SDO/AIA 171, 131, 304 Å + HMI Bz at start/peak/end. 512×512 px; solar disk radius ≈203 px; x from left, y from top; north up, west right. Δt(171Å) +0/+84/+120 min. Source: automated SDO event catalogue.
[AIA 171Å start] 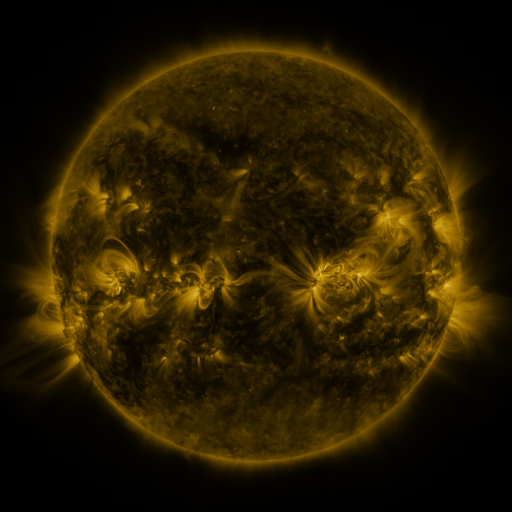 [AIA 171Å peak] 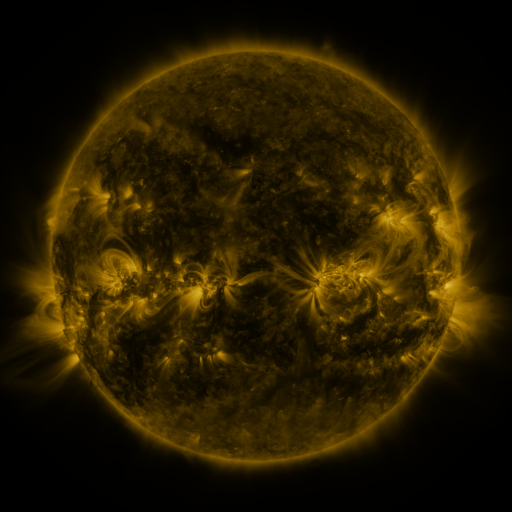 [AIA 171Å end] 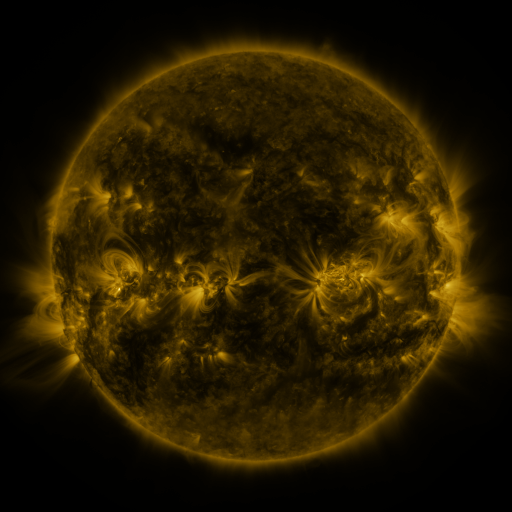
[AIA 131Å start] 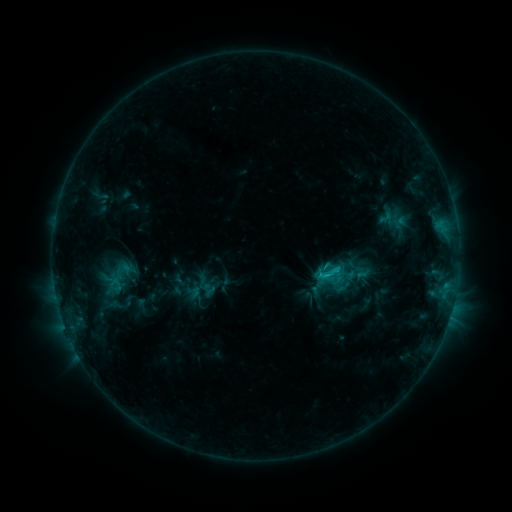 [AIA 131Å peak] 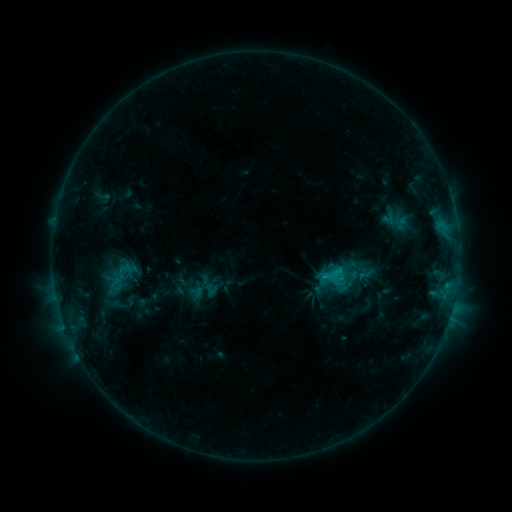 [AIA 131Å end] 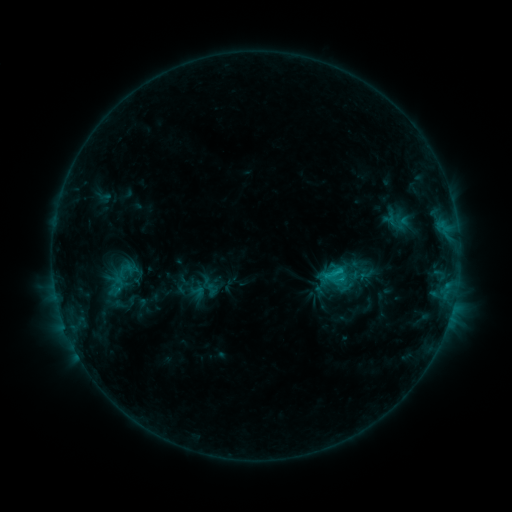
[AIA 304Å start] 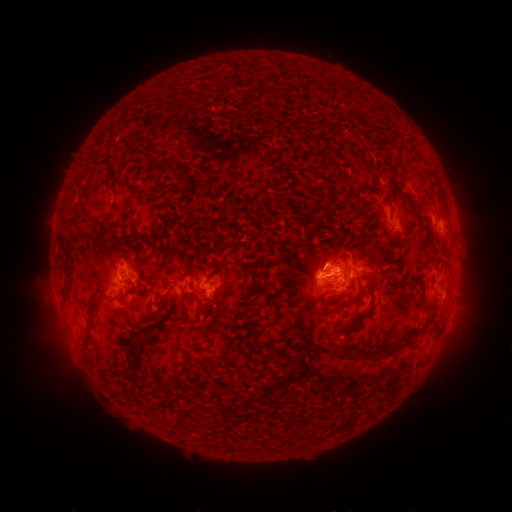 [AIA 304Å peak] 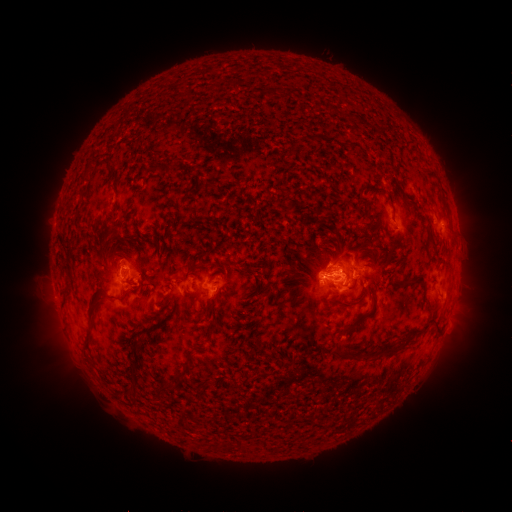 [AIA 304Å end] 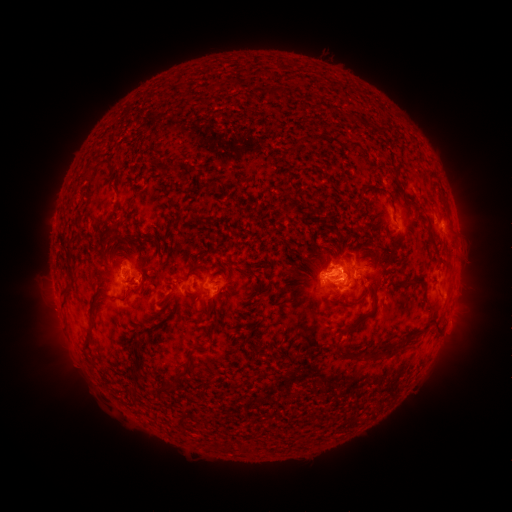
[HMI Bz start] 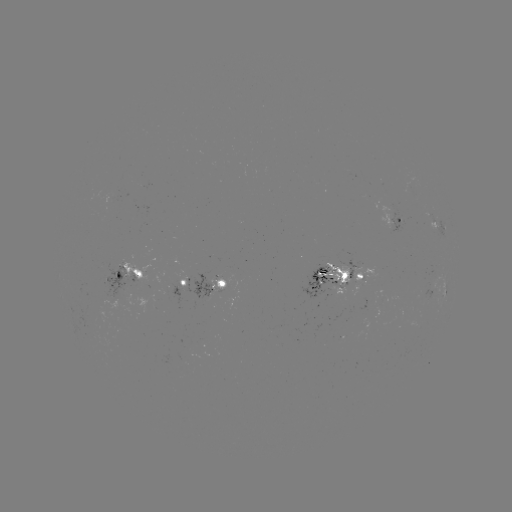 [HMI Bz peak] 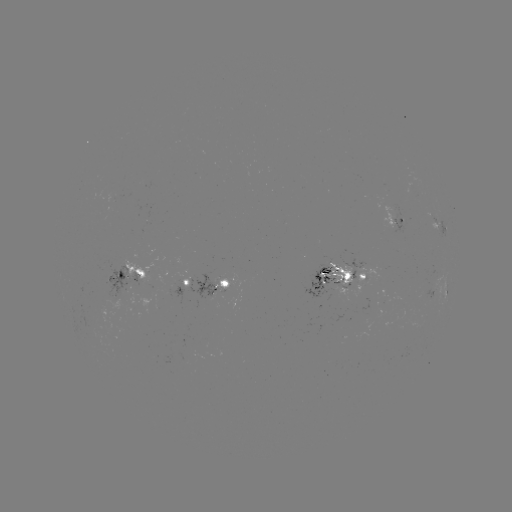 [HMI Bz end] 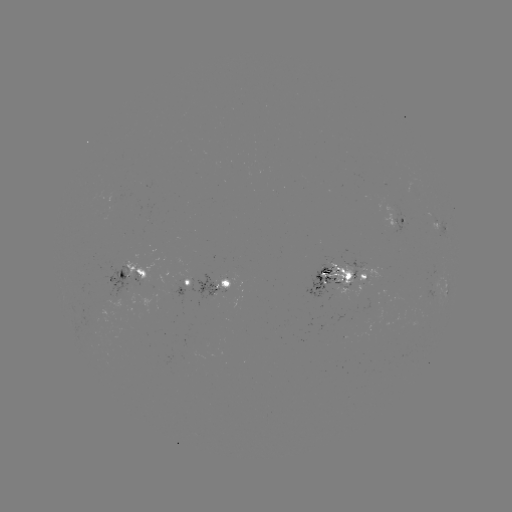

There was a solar emerging-flux region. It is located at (115, 202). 